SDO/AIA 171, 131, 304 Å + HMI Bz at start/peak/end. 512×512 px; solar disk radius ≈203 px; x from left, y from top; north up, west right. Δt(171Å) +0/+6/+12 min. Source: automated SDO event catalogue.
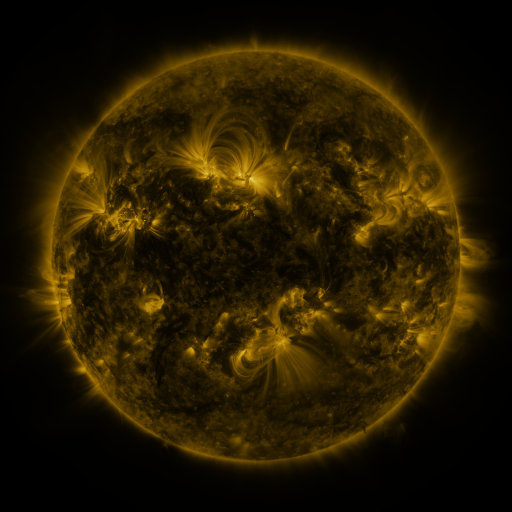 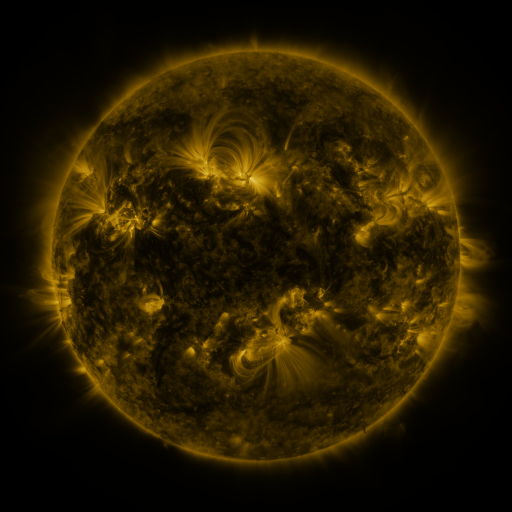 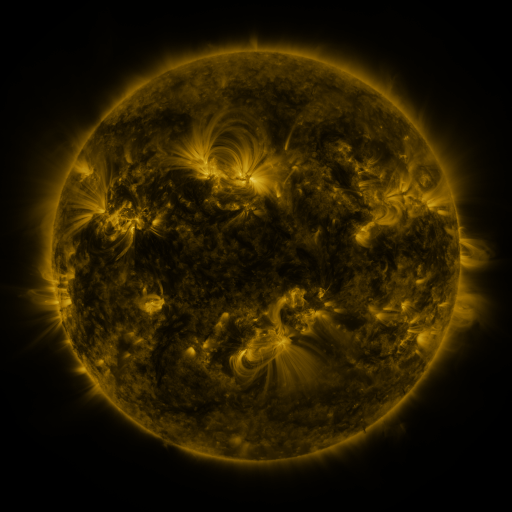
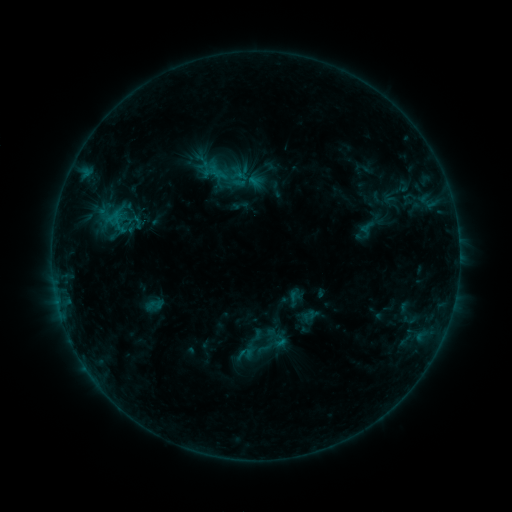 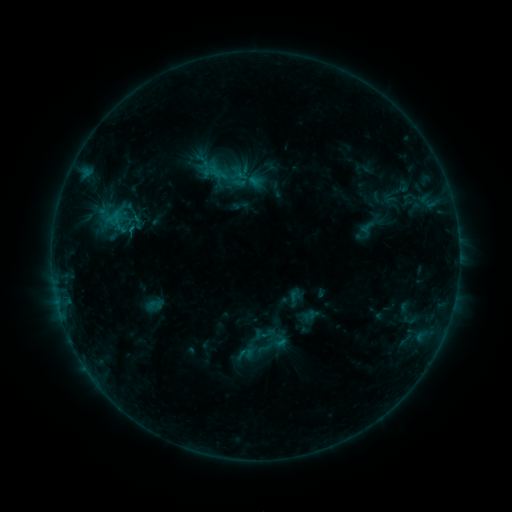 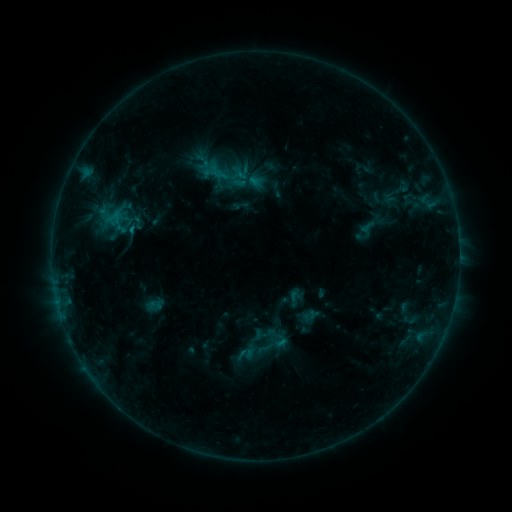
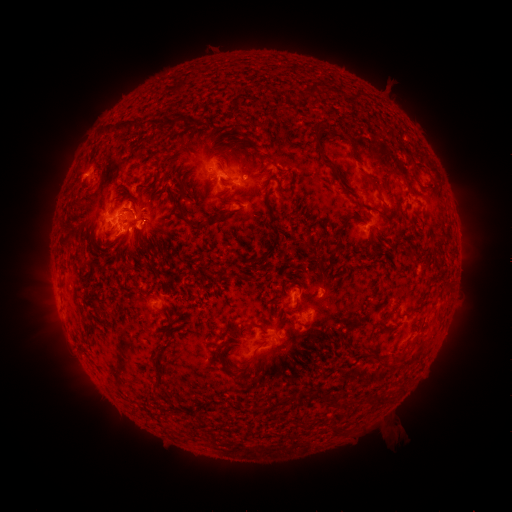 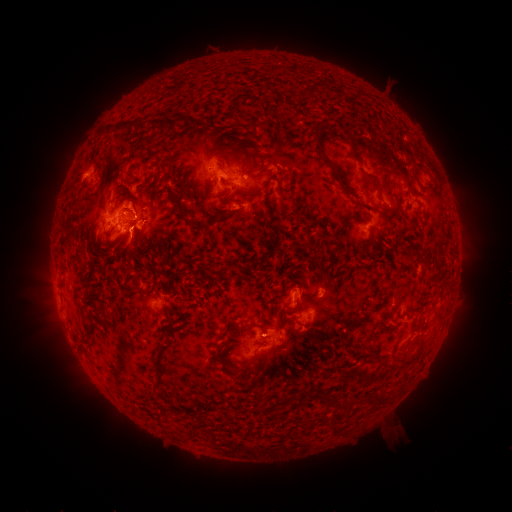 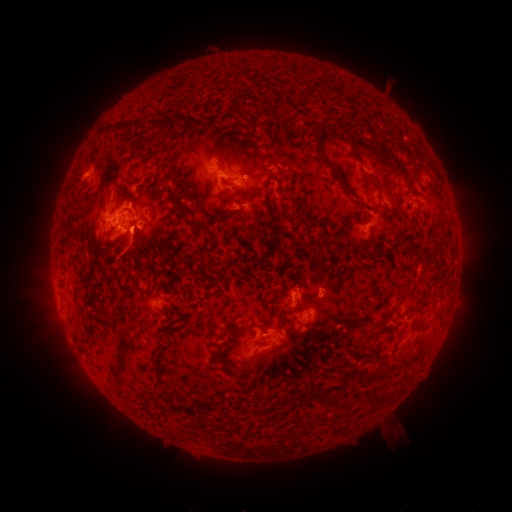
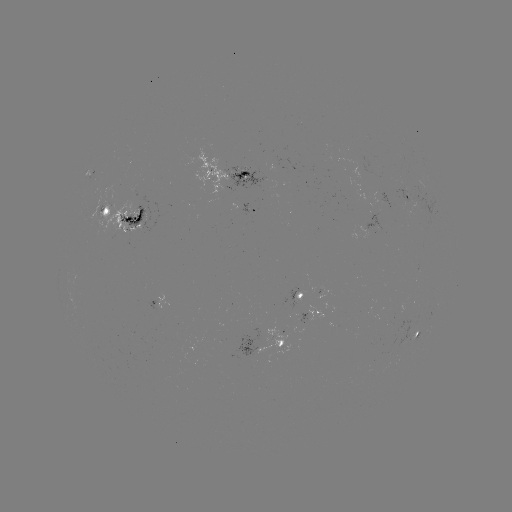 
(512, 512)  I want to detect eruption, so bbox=[107, 225, 161, 281].